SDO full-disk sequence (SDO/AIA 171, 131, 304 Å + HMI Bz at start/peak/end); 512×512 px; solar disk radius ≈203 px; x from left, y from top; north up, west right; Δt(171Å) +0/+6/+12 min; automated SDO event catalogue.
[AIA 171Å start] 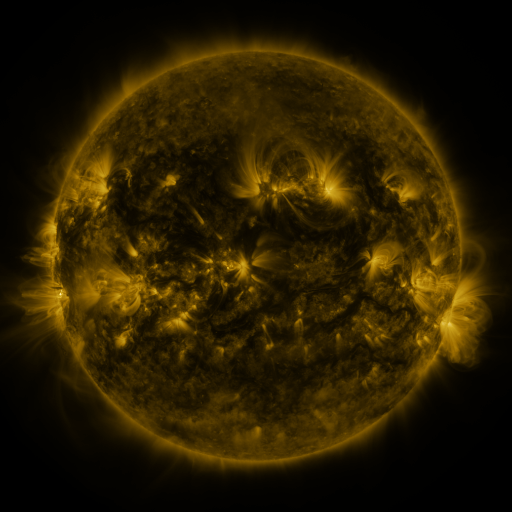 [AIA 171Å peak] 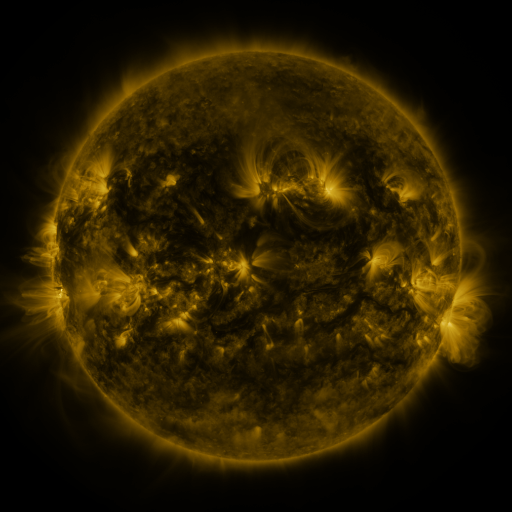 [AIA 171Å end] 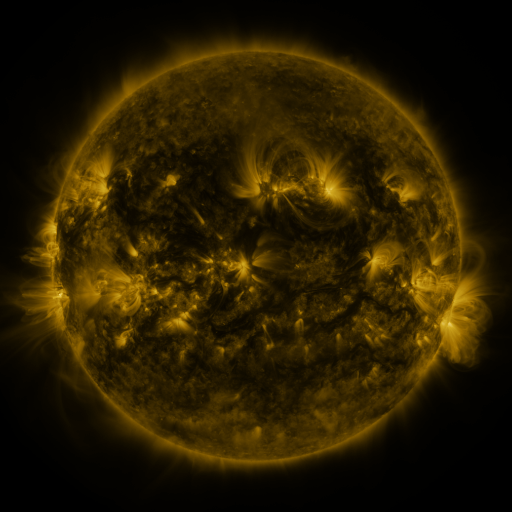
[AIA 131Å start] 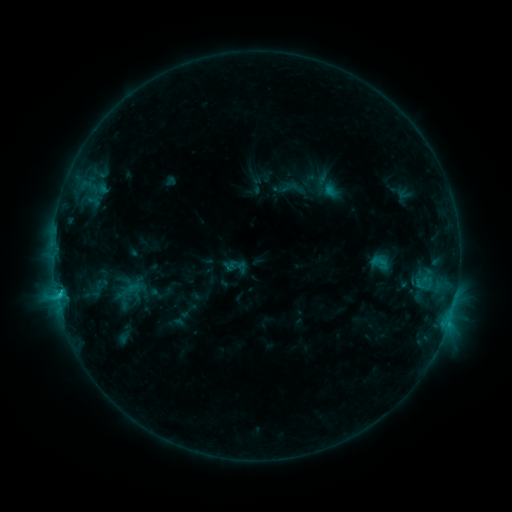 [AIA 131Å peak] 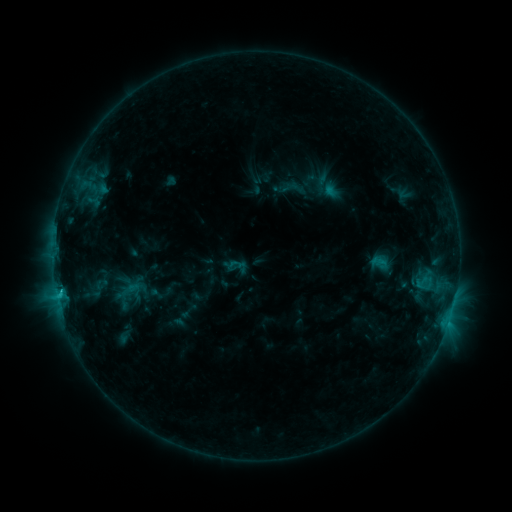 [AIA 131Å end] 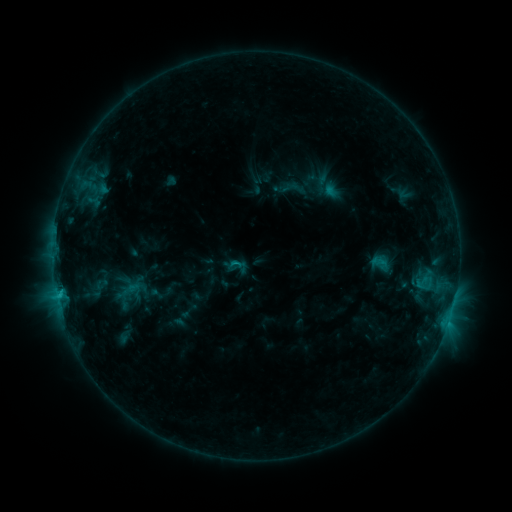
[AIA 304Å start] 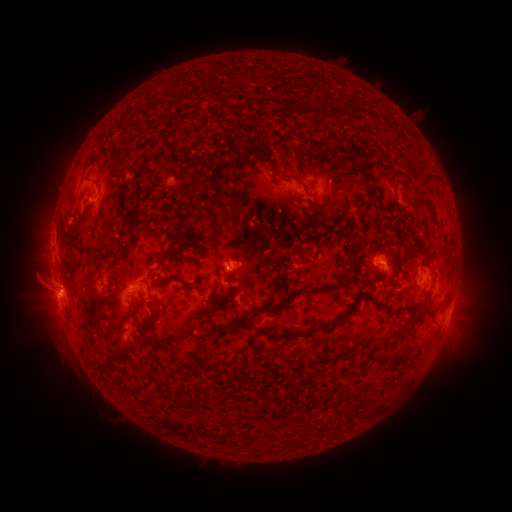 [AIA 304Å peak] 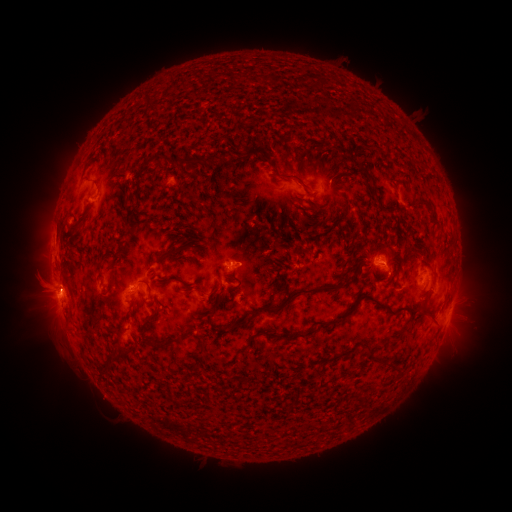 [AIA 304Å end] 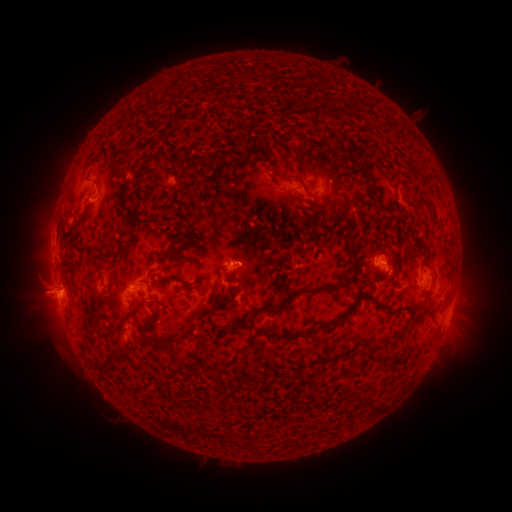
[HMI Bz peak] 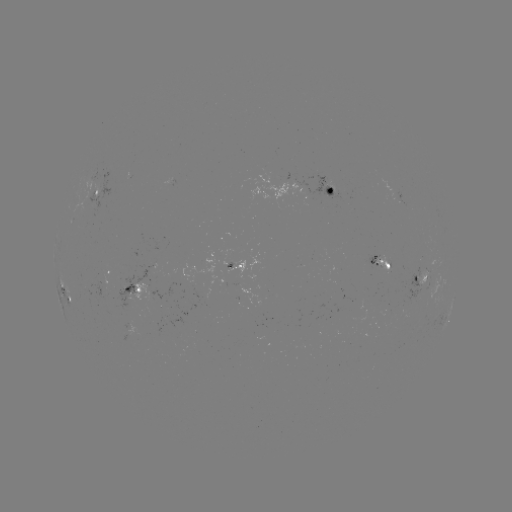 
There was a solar flare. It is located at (64, 287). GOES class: C2.4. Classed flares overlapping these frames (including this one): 1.